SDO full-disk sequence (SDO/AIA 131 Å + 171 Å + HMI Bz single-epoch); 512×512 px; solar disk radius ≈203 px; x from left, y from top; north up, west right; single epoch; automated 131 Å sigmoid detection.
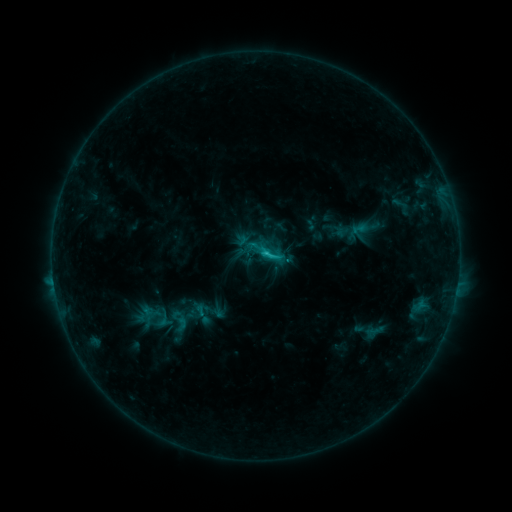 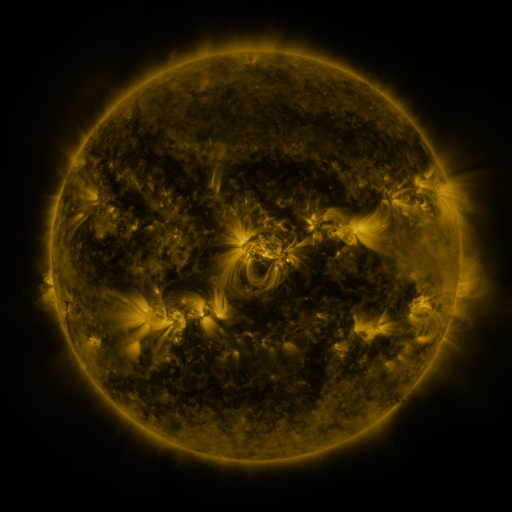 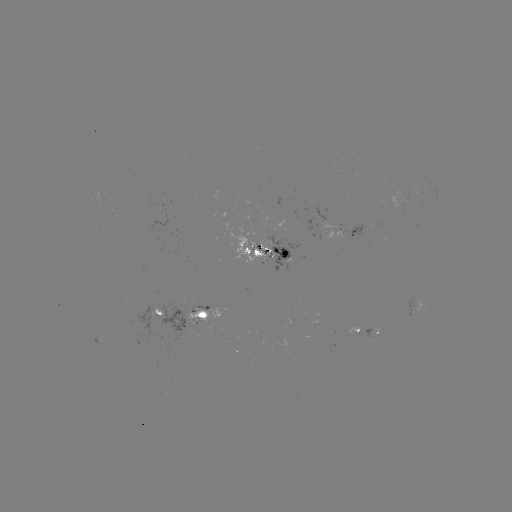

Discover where sigmoid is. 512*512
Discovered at [270, 254].